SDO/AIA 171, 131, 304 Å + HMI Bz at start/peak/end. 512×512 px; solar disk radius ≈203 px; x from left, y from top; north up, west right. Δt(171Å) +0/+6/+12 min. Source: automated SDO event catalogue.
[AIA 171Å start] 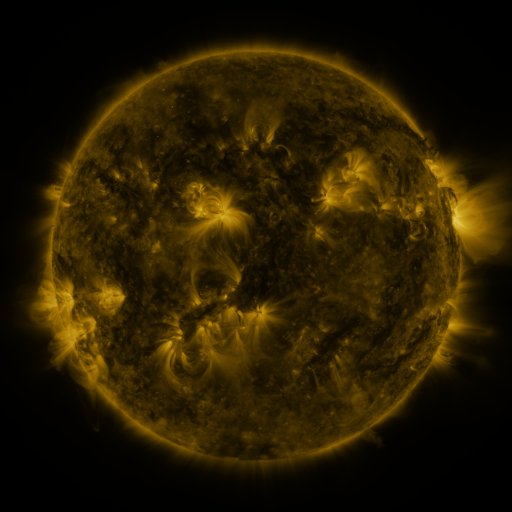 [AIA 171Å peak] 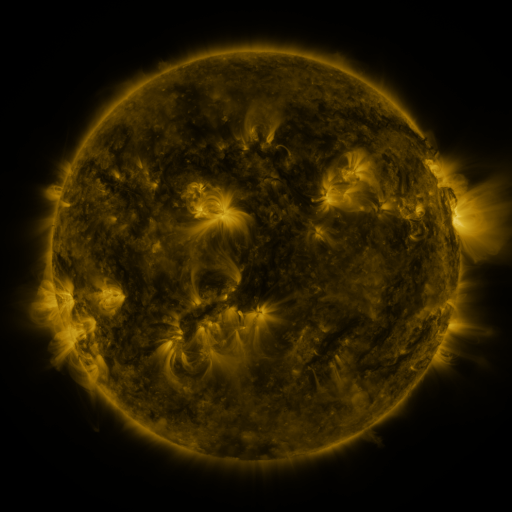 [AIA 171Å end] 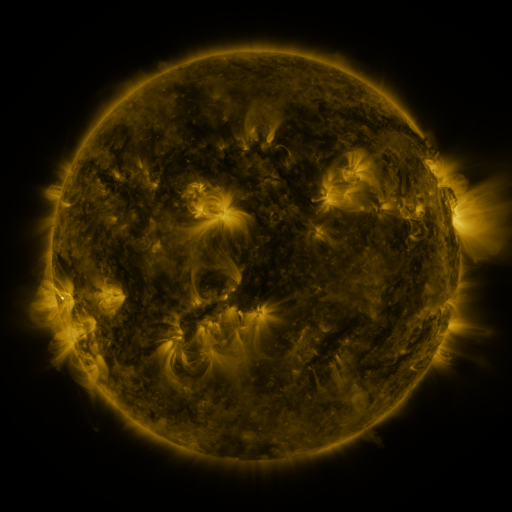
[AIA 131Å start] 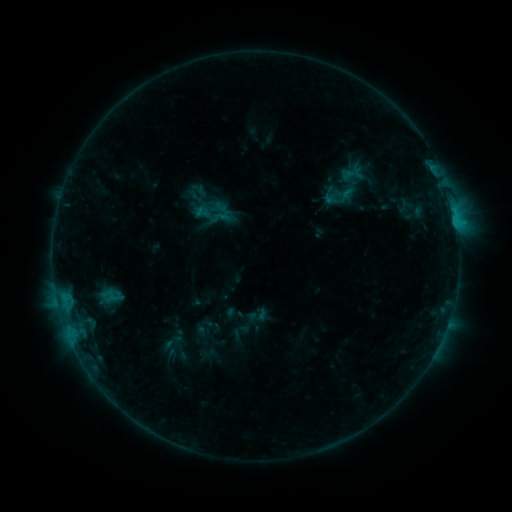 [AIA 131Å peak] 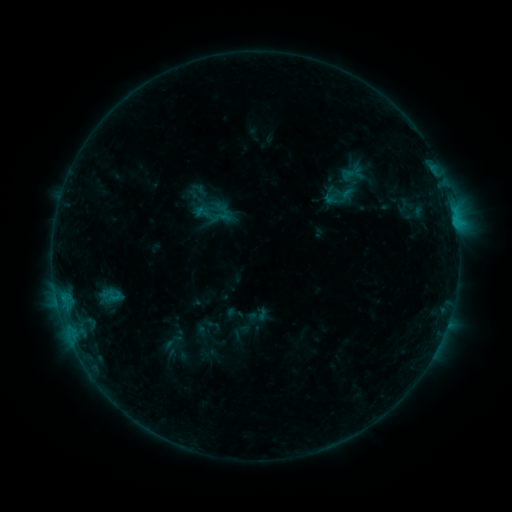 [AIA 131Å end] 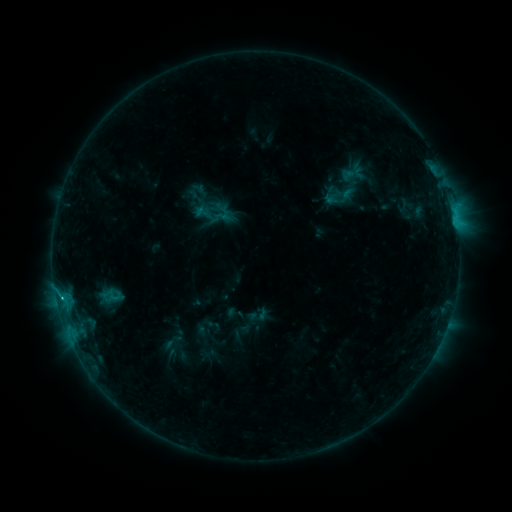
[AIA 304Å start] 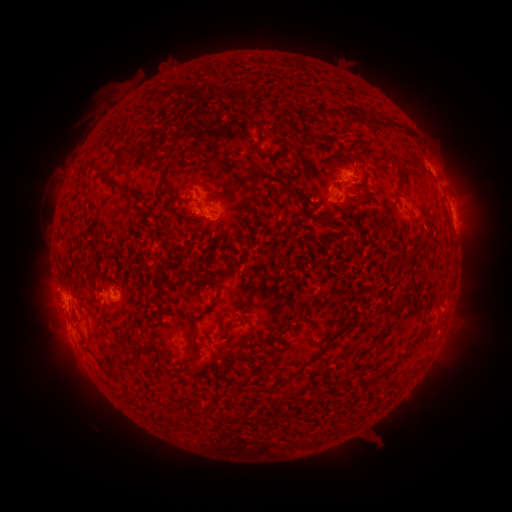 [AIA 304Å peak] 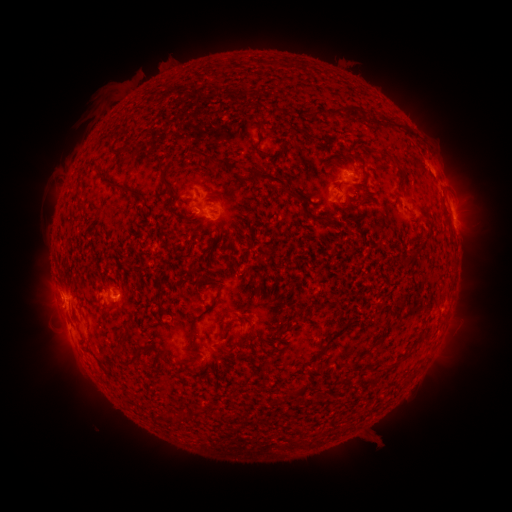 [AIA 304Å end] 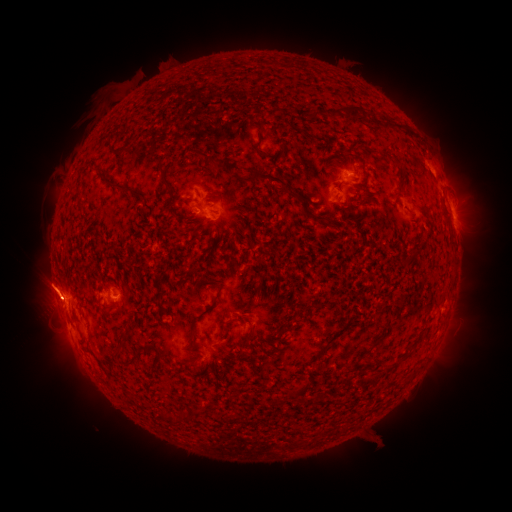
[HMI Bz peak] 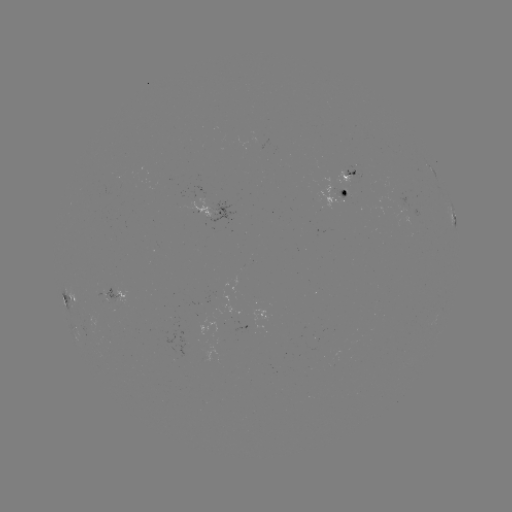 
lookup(B8.6 flare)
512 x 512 (62, 297)